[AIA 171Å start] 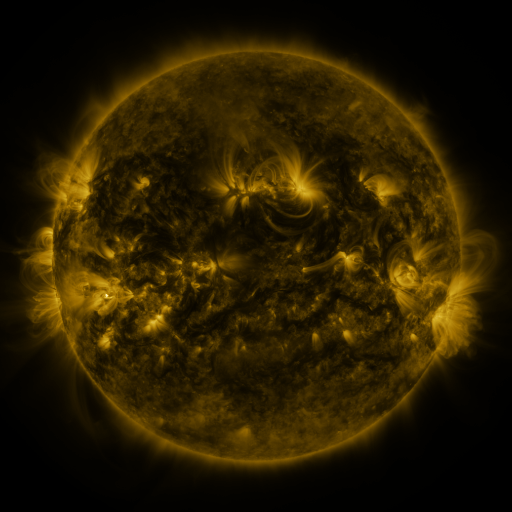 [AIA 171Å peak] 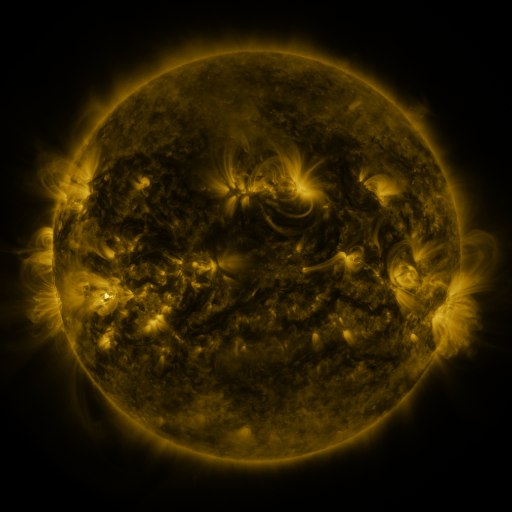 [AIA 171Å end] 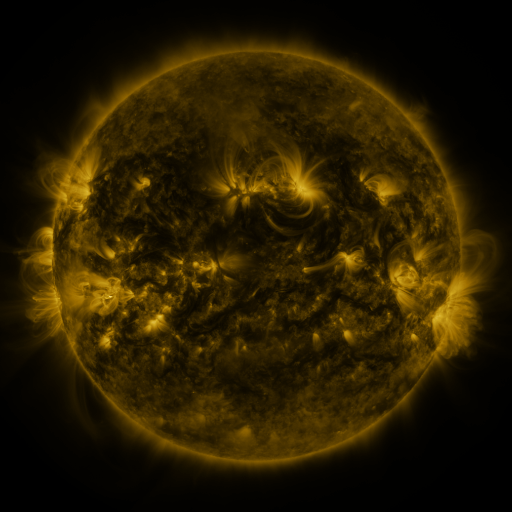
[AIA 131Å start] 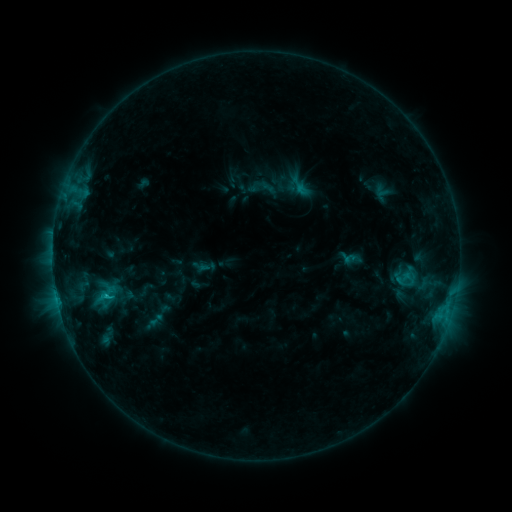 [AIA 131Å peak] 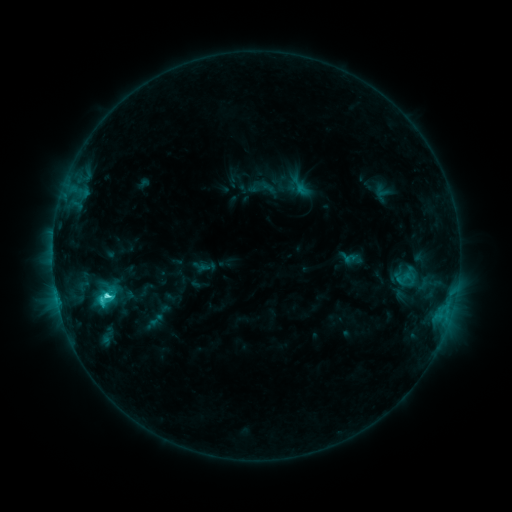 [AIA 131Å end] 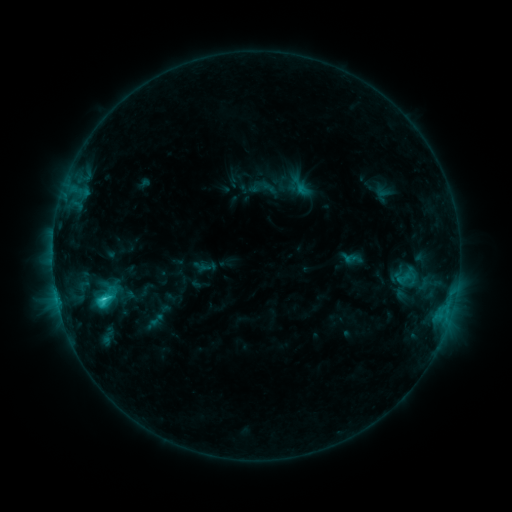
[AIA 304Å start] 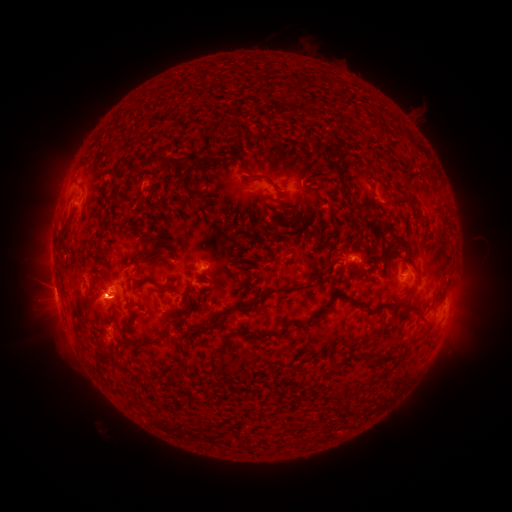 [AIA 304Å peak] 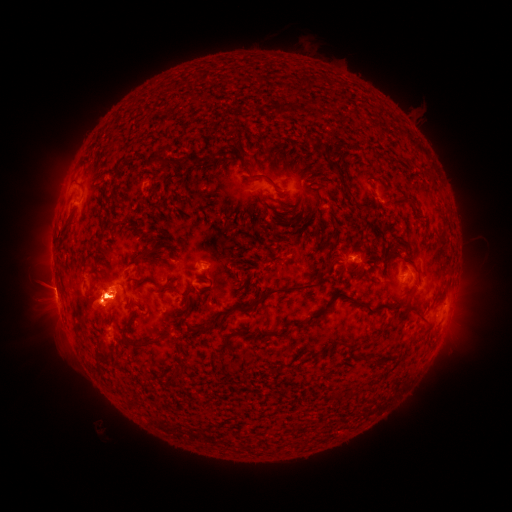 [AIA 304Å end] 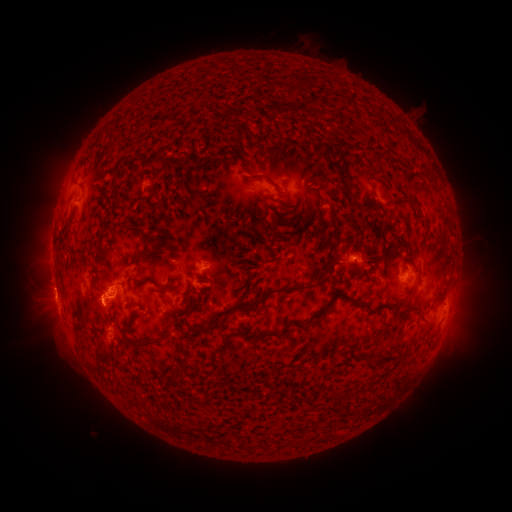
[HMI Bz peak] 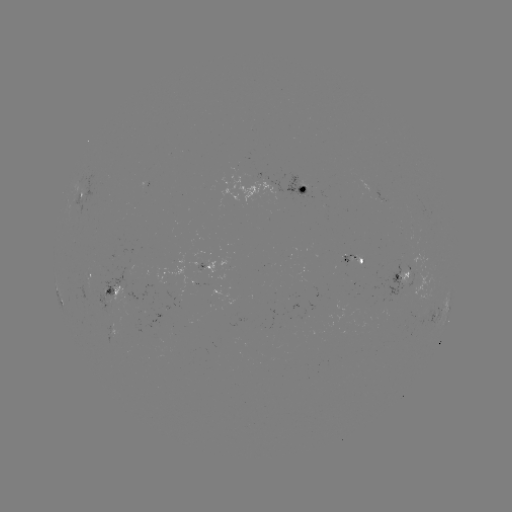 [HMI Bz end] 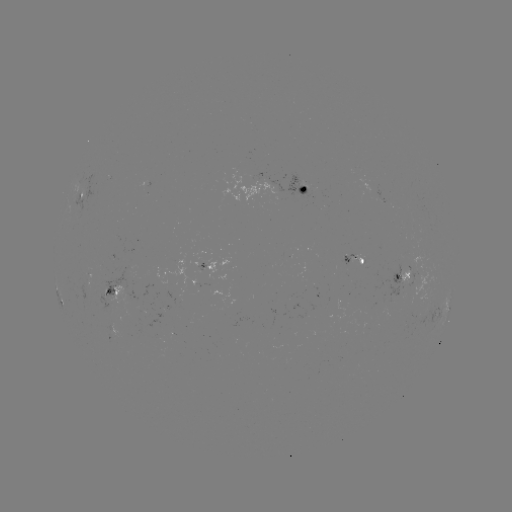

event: flare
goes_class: C4.2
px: (104, 300)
